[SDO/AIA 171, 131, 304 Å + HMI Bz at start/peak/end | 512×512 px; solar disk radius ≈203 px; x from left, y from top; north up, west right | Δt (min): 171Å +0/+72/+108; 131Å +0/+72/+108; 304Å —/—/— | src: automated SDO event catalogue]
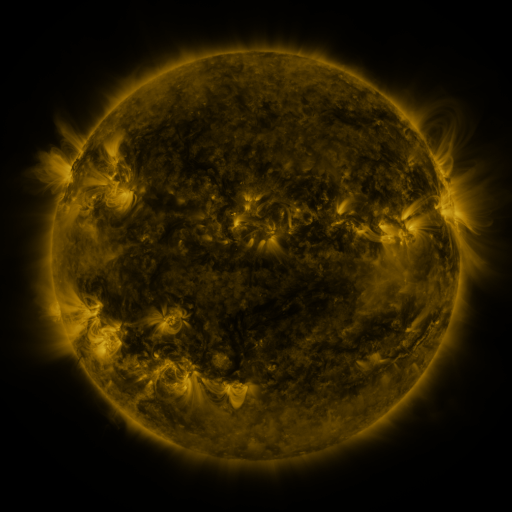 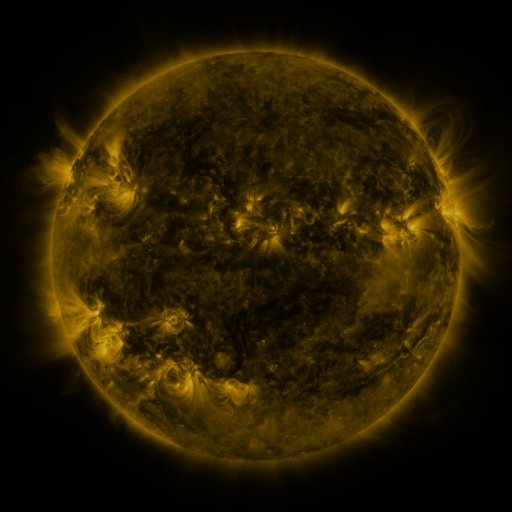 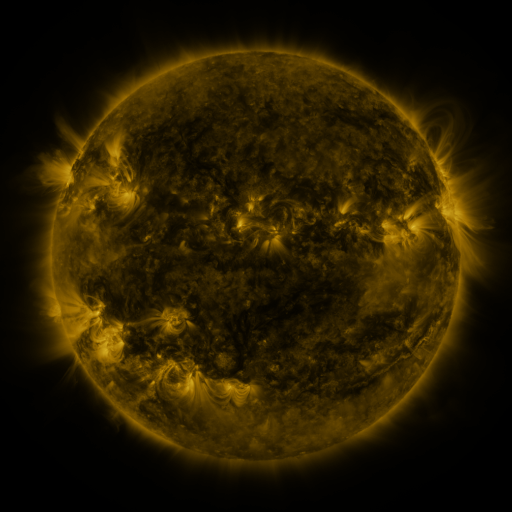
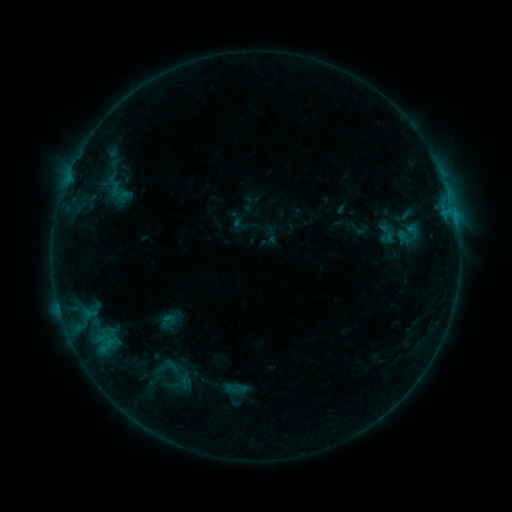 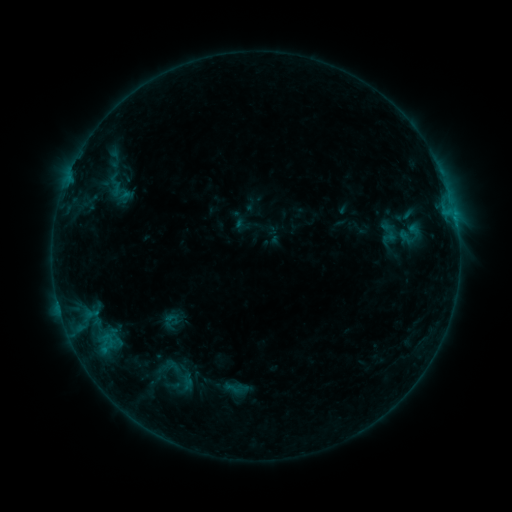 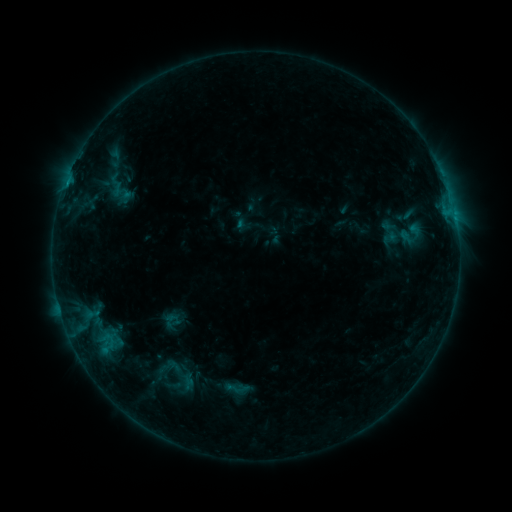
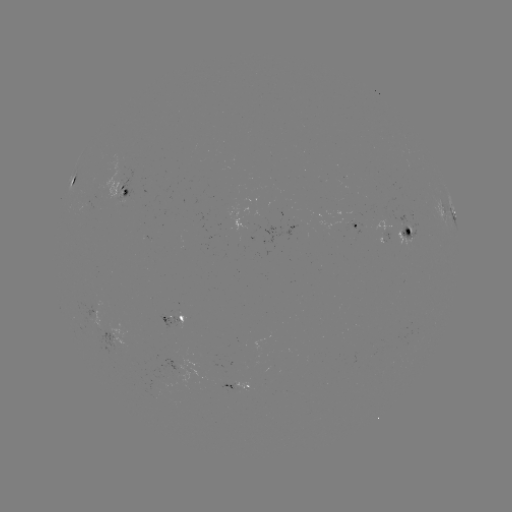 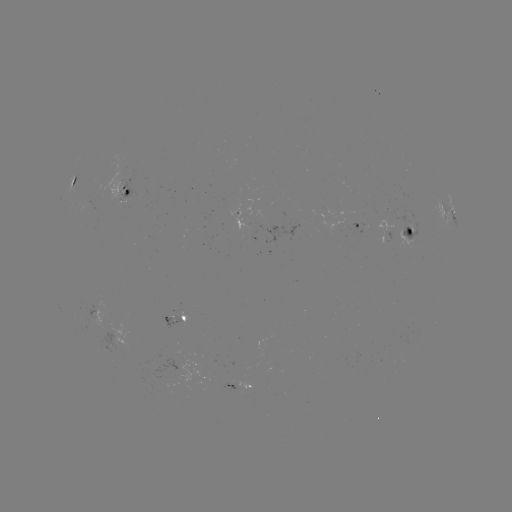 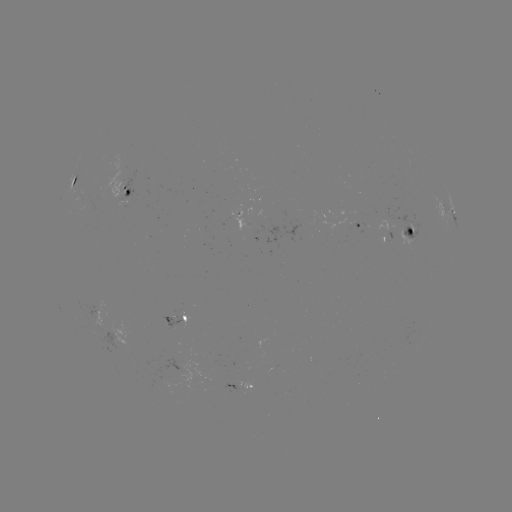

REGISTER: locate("emerging-flux region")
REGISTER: (407, 228)